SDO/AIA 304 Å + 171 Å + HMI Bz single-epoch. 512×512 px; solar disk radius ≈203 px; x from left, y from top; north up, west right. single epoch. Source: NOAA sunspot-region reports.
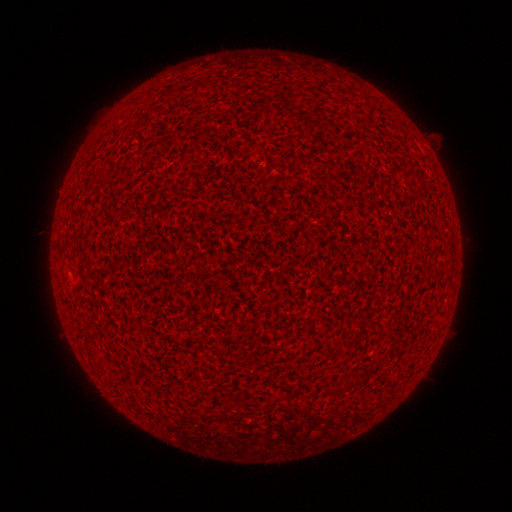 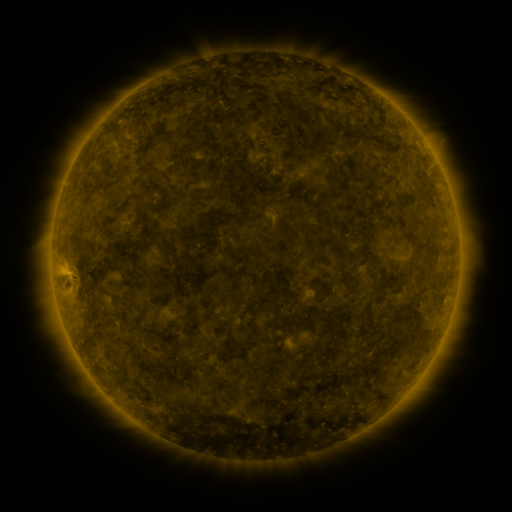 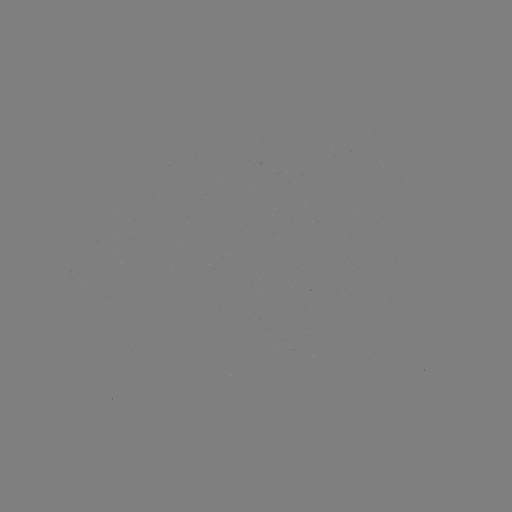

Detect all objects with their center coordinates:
(none)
